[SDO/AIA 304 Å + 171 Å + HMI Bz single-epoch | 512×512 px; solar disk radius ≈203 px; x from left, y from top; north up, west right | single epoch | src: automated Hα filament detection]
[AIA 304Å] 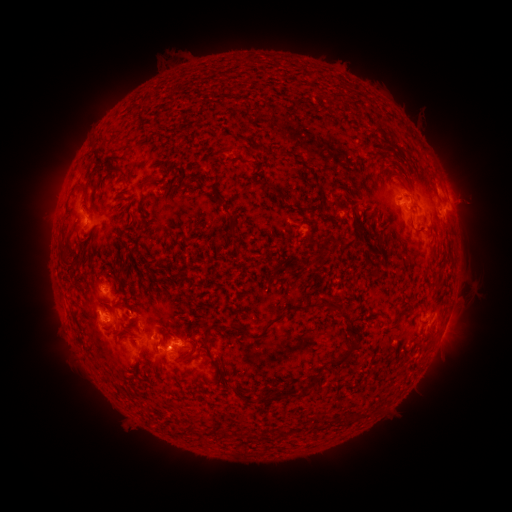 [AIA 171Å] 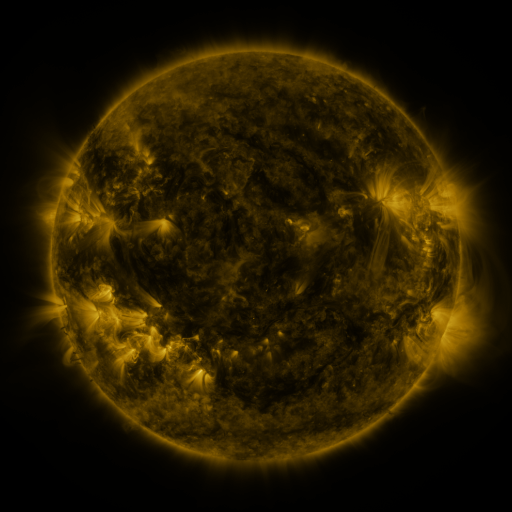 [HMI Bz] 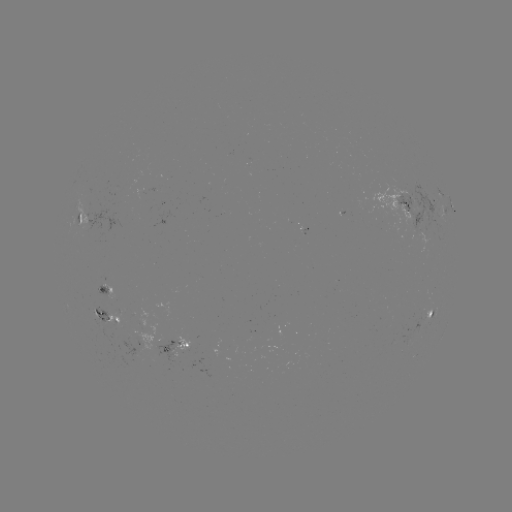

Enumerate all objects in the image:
filament: [140, 176, 153, 189]
filament: [74, 179, 89, 199]
filament: [414, 226, 425, 234]
filament: [342, 240, 354, 249]
filament: [289, 302, 320, 312]
filament: [394, 309, 413, 323]
filament: [263, 316, 282, 330]
filament: [201, 336, 210, 346]
filament: [327, 342, 356, 369]
filament: [176, 354, 188, 362]
filament: [145, 361, 154, 371]
filament: [279, 390, 296, 398]
